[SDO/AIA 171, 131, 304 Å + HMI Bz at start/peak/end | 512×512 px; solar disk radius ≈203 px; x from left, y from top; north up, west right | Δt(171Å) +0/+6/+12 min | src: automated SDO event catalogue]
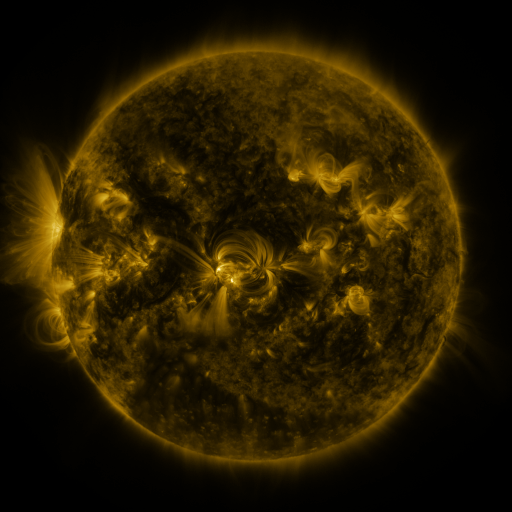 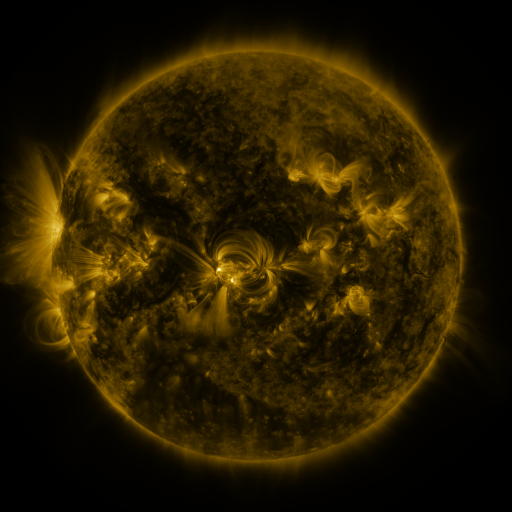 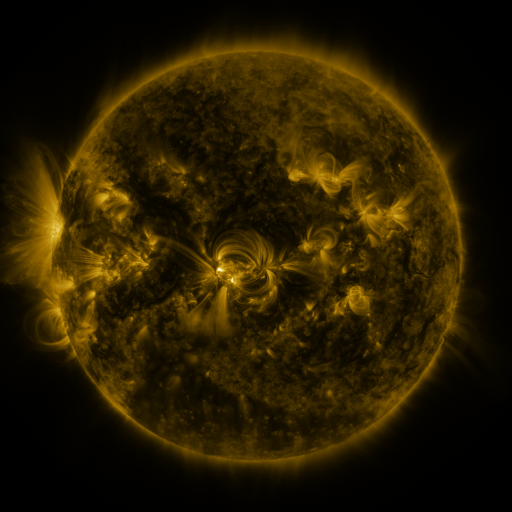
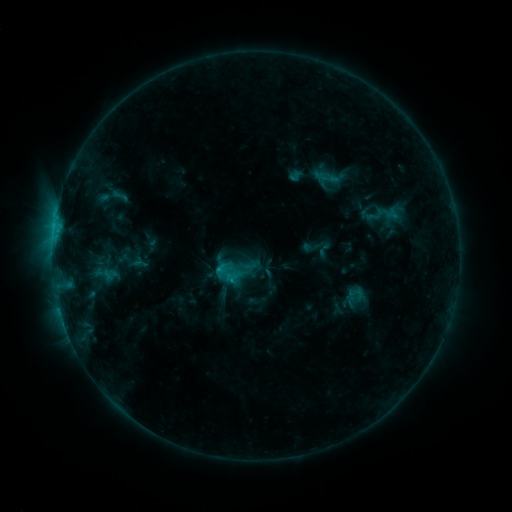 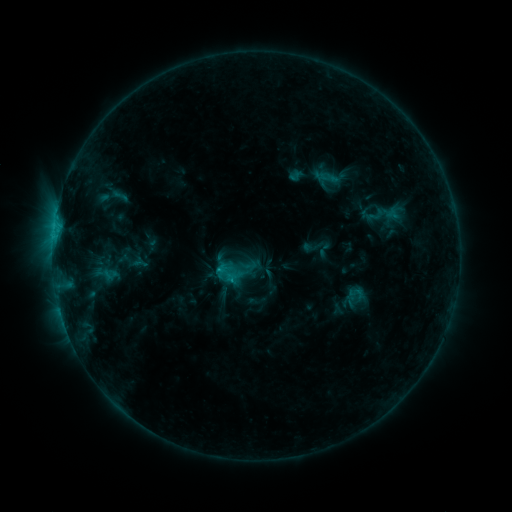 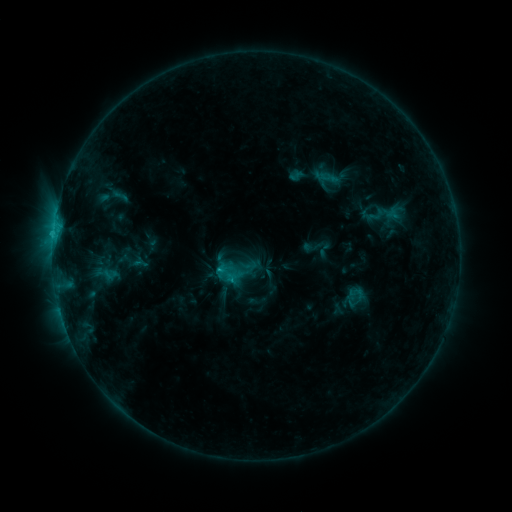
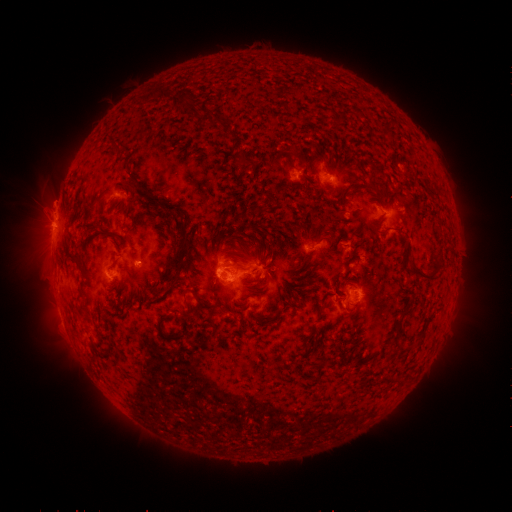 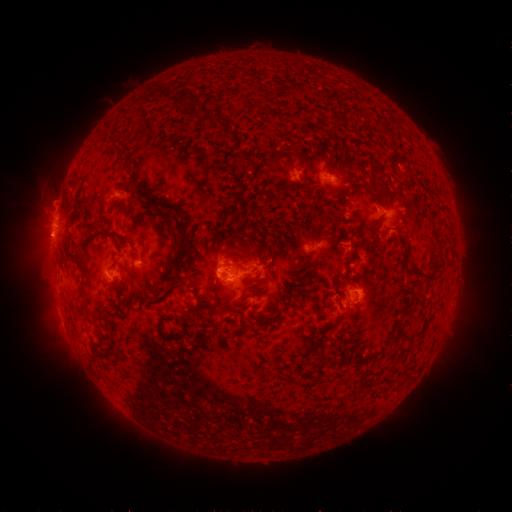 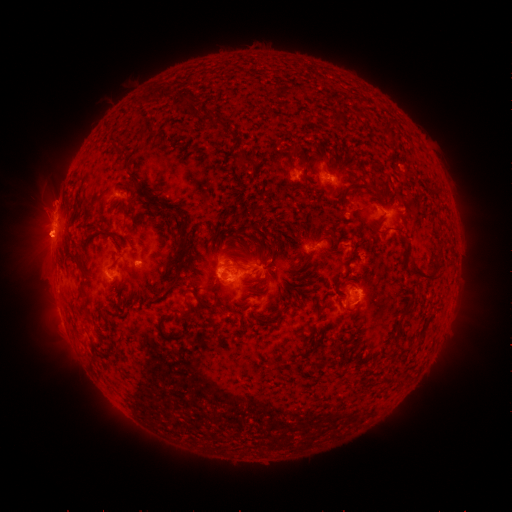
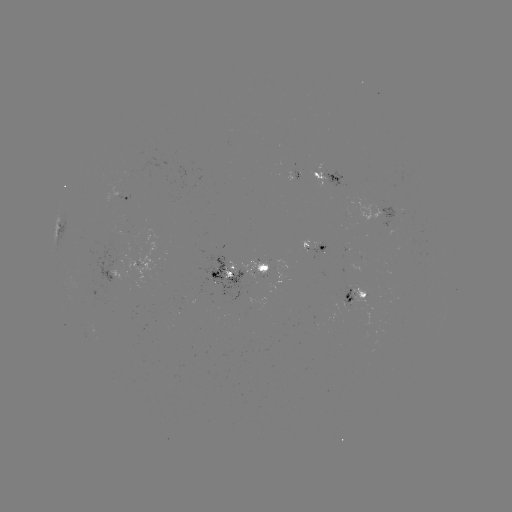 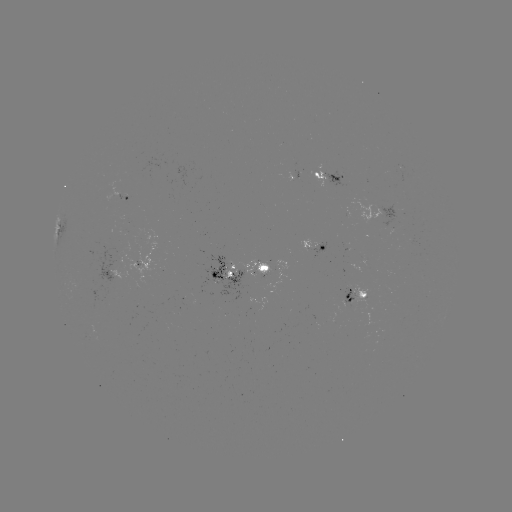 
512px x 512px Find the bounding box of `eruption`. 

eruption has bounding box [15, 184, 70, 268].